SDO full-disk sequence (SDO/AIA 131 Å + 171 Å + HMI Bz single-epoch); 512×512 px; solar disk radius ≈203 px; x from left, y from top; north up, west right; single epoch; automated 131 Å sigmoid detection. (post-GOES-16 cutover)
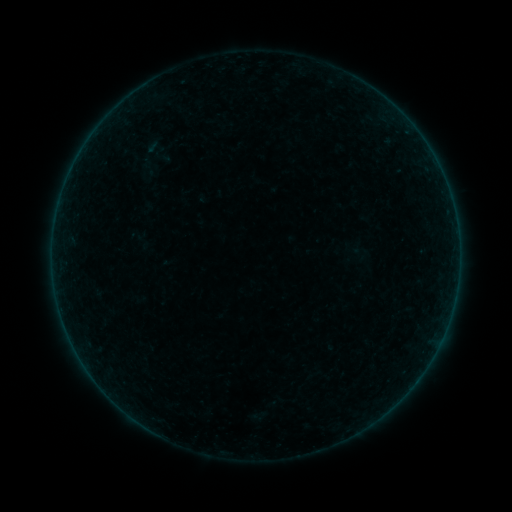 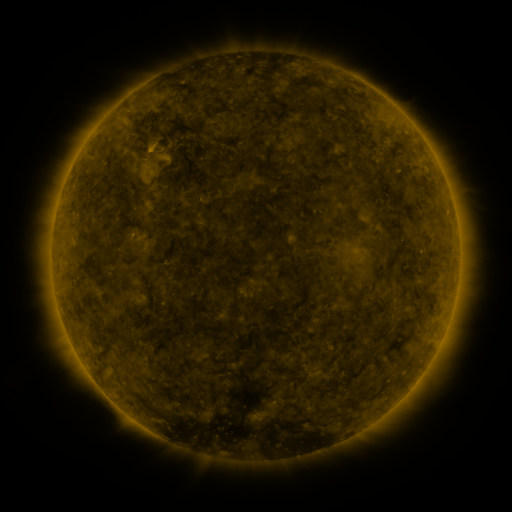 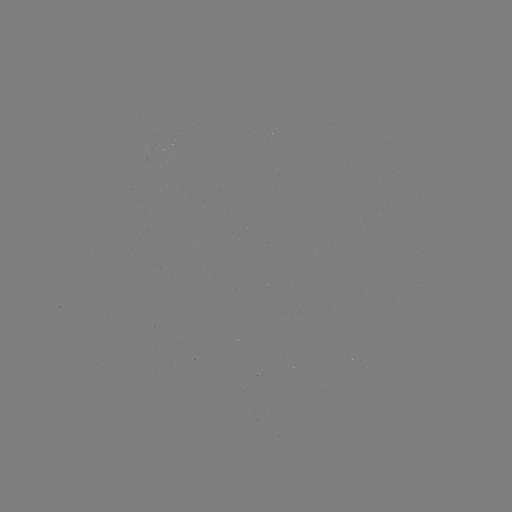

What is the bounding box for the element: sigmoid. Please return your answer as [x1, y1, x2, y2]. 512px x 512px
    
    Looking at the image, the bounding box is [140, 160, 158, 178].